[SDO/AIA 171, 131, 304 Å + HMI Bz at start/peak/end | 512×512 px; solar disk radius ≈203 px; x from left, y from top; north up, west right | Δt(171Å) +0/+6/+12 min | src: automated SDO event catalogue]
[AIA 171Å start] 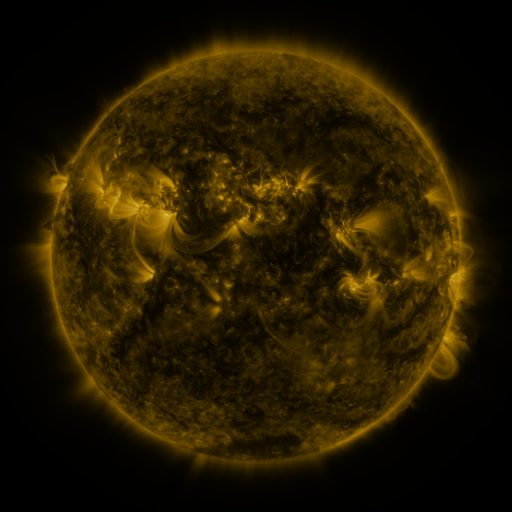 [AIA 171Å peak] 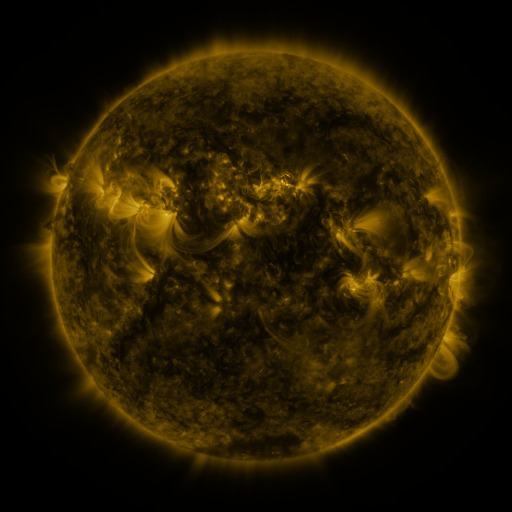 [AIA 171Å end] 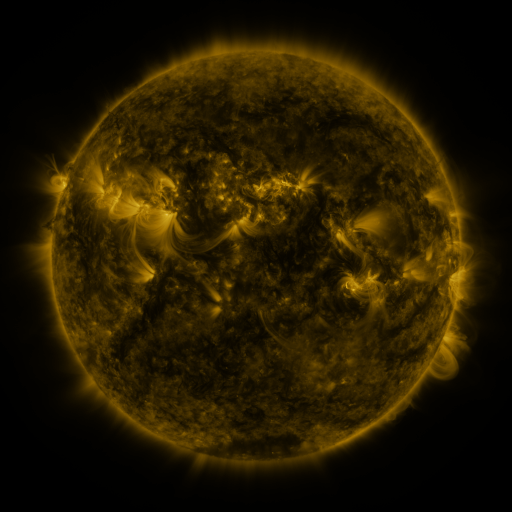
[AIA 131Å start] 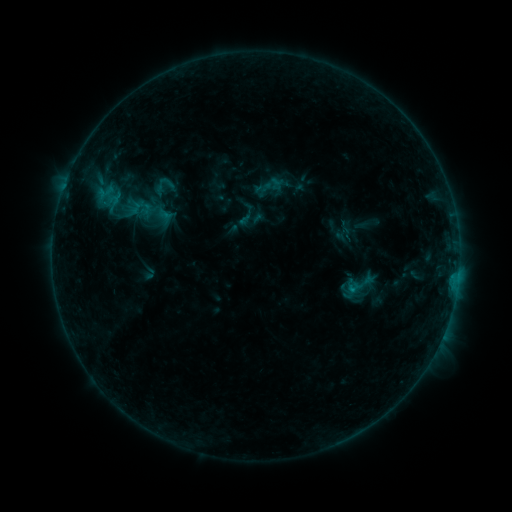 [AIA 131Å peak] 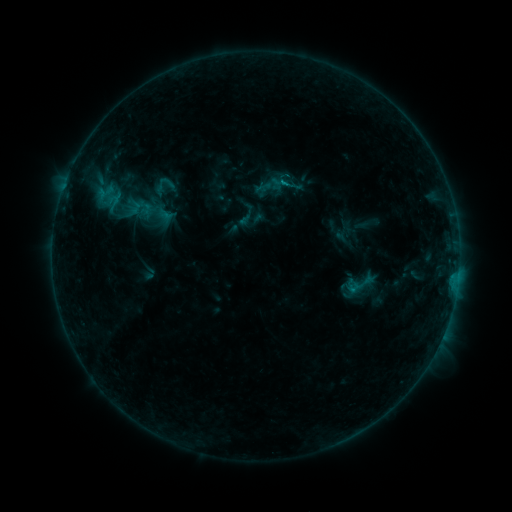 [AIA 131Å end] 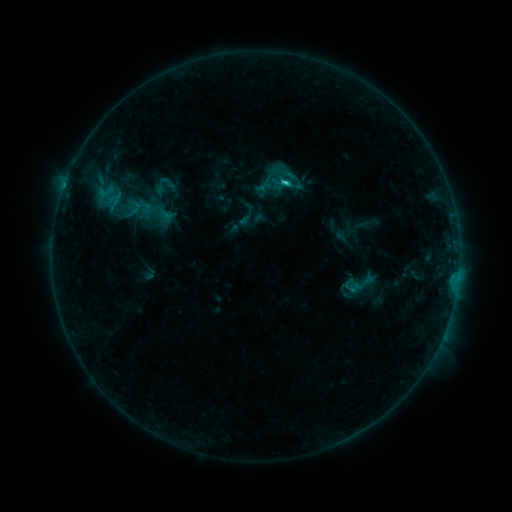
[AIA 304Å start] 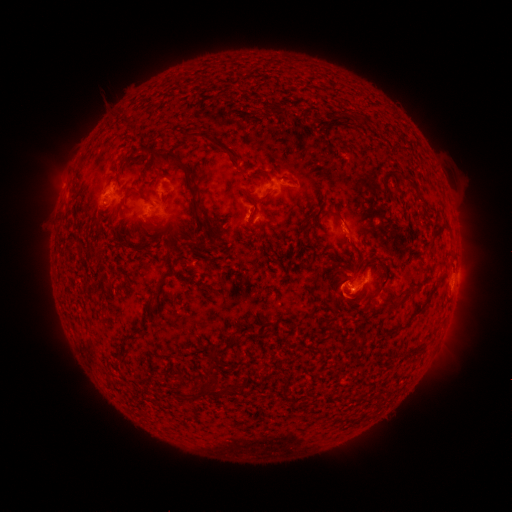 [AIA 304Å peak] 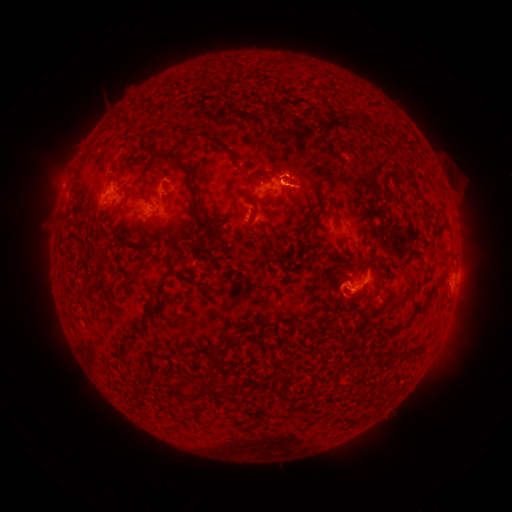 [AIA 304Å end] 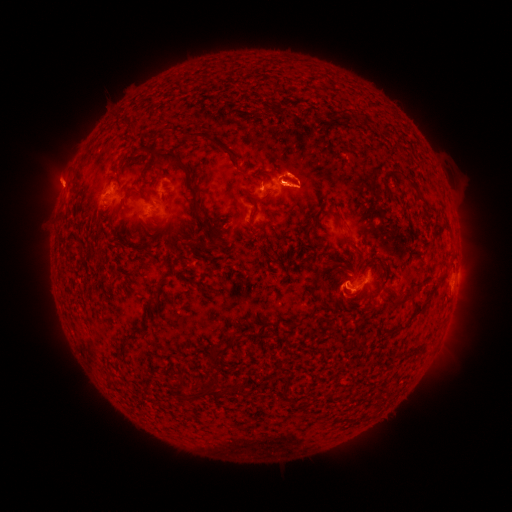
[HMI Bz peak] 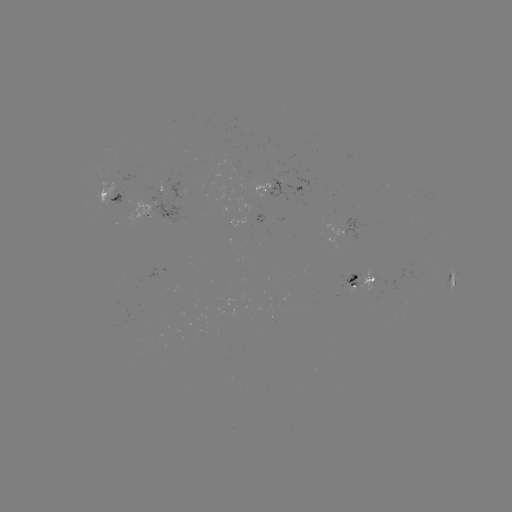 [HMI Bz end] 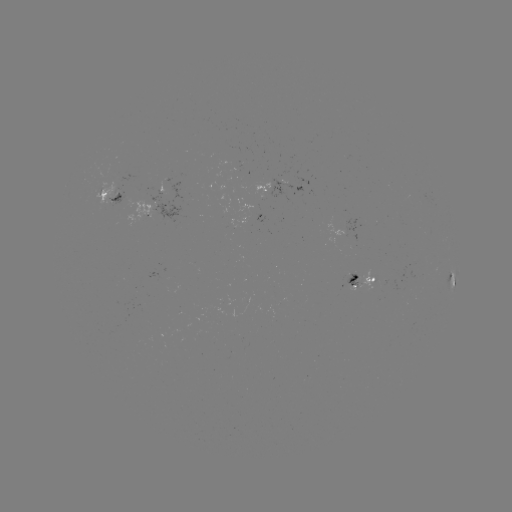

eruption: <bbox>263, 142, 321, 223</bbox>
